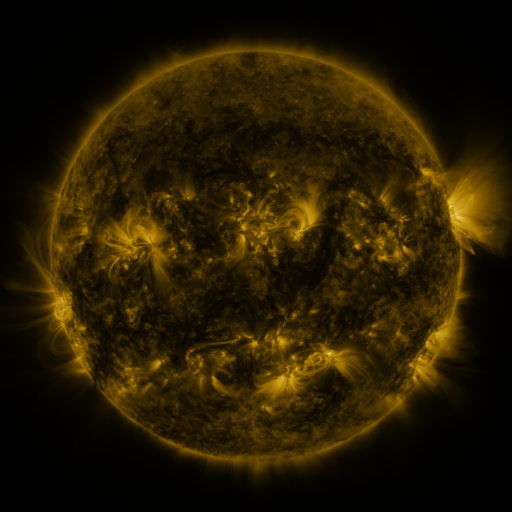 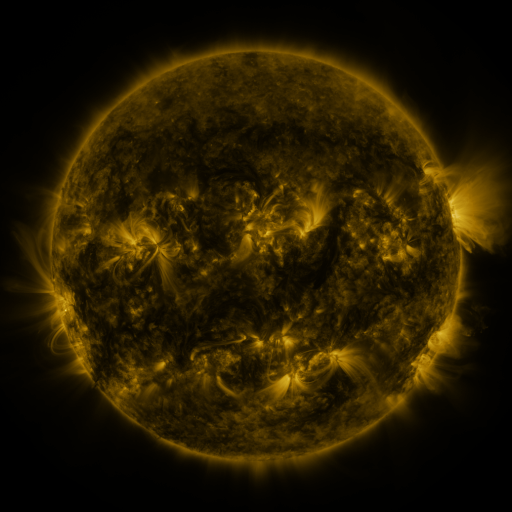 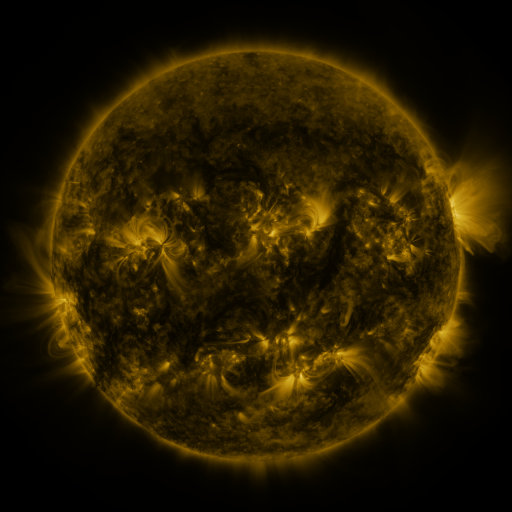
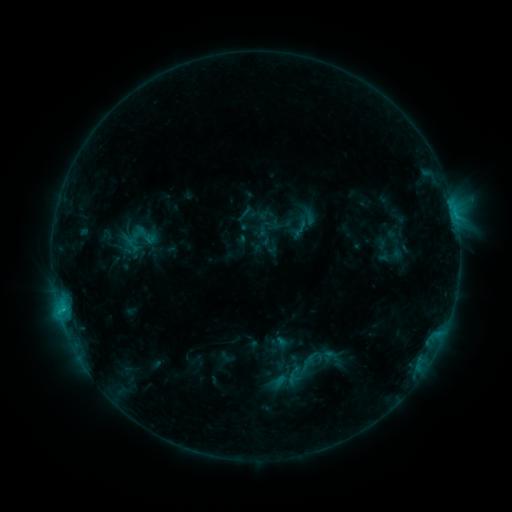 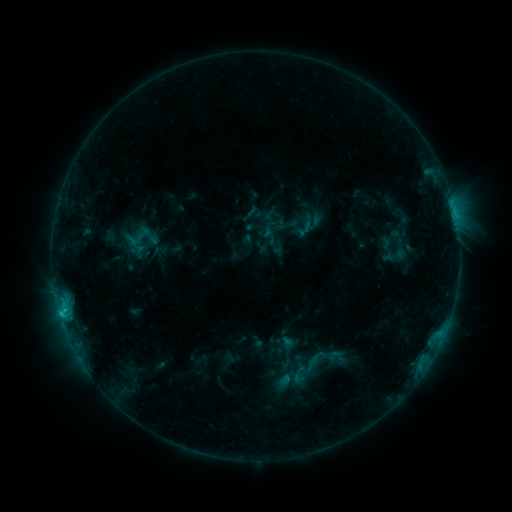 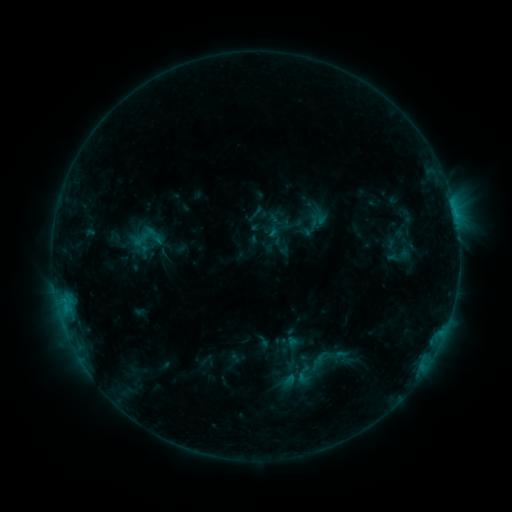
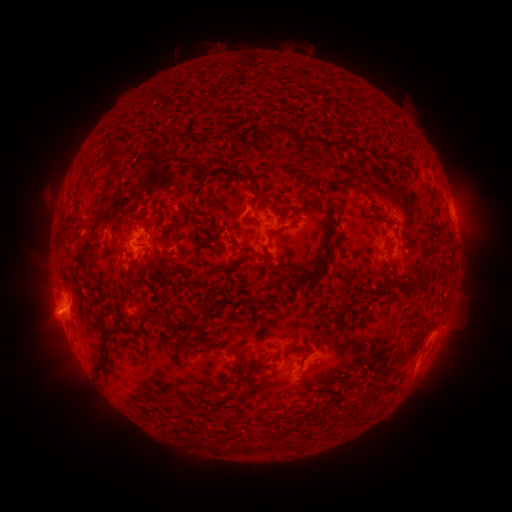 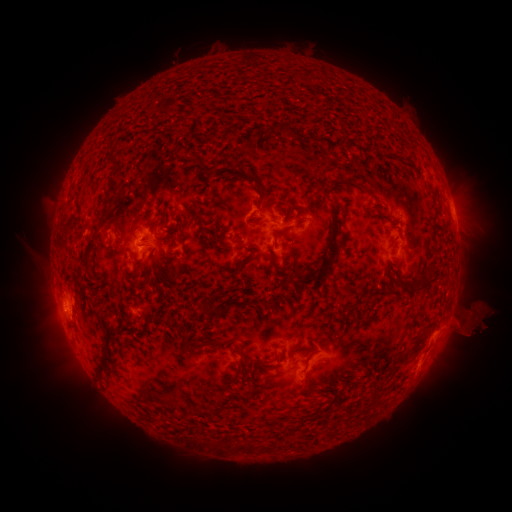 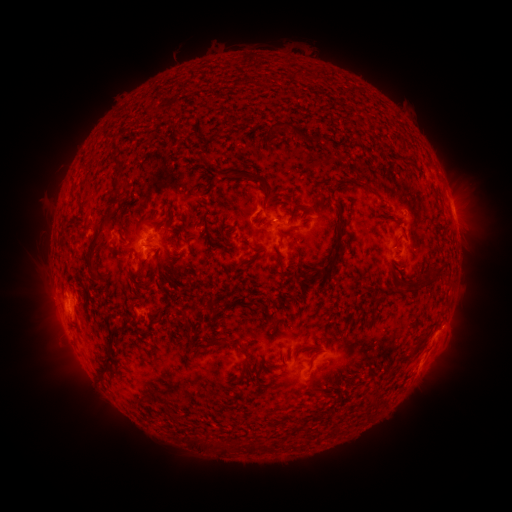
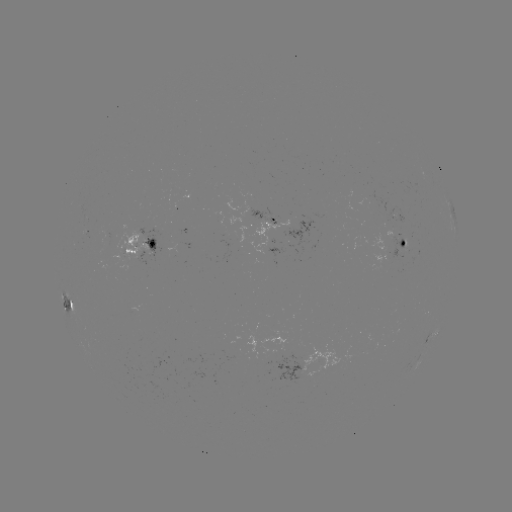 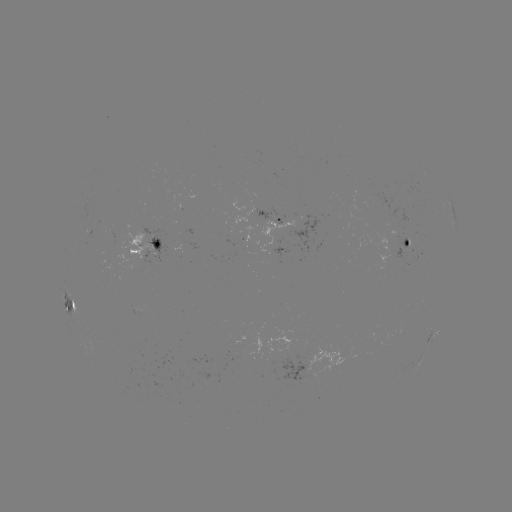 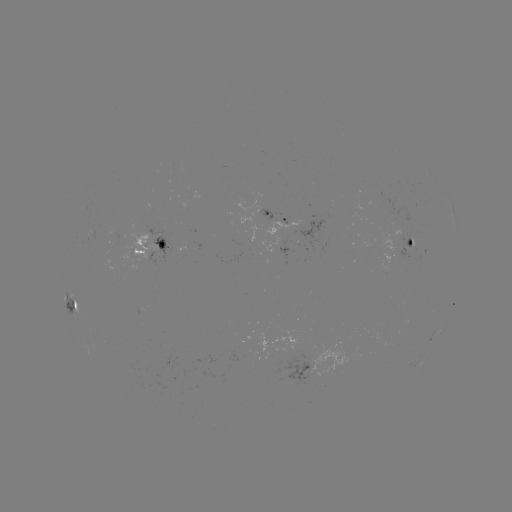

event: filament eruption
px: (479, 318)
